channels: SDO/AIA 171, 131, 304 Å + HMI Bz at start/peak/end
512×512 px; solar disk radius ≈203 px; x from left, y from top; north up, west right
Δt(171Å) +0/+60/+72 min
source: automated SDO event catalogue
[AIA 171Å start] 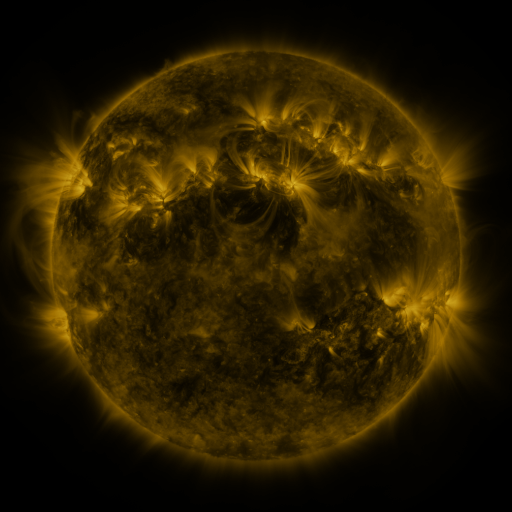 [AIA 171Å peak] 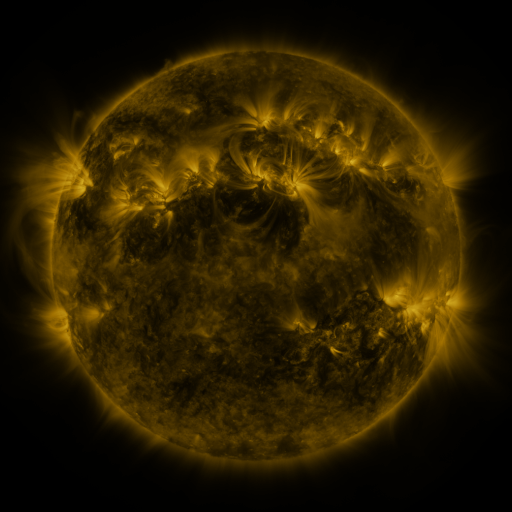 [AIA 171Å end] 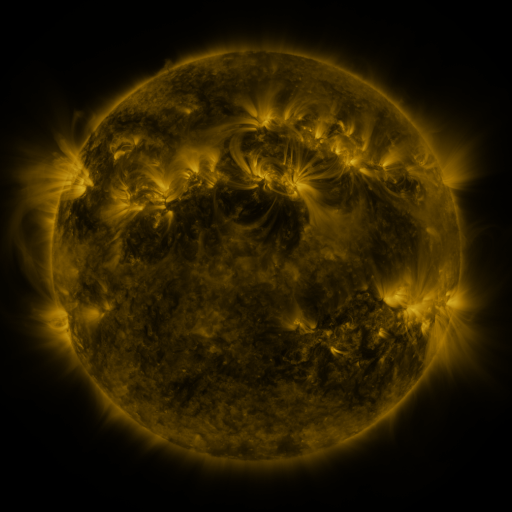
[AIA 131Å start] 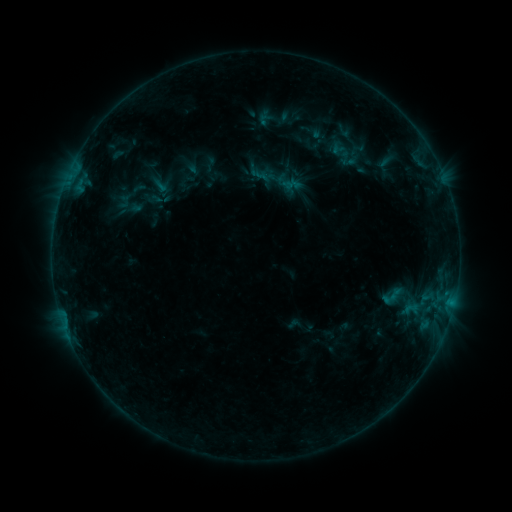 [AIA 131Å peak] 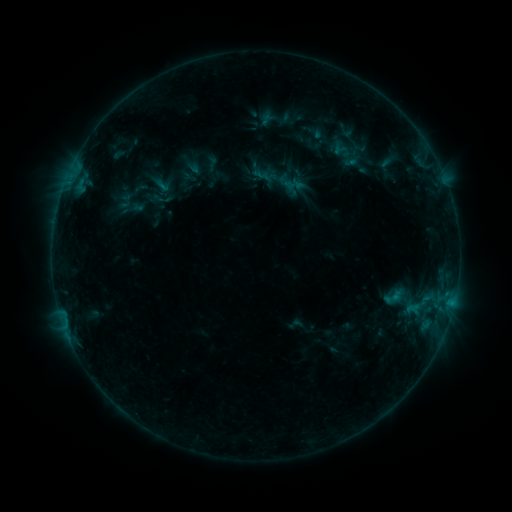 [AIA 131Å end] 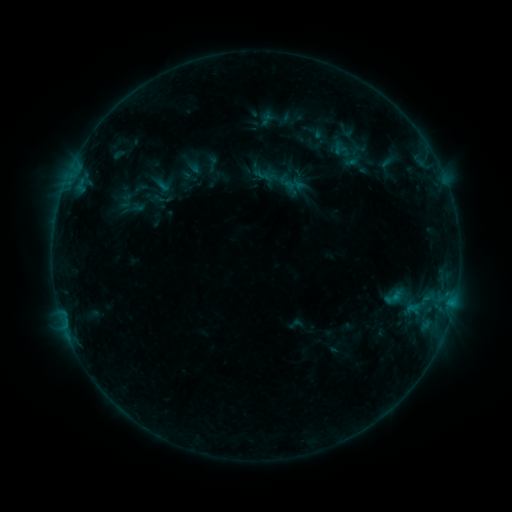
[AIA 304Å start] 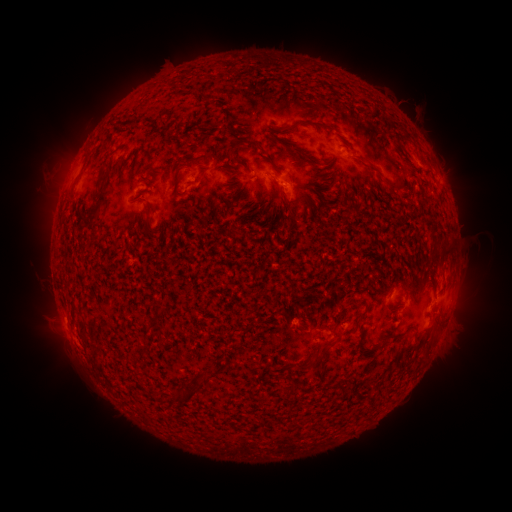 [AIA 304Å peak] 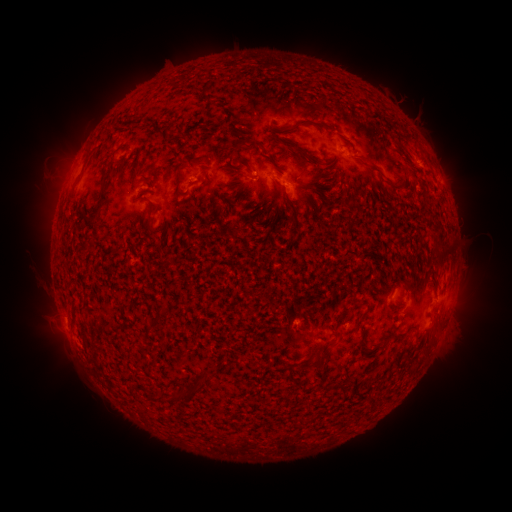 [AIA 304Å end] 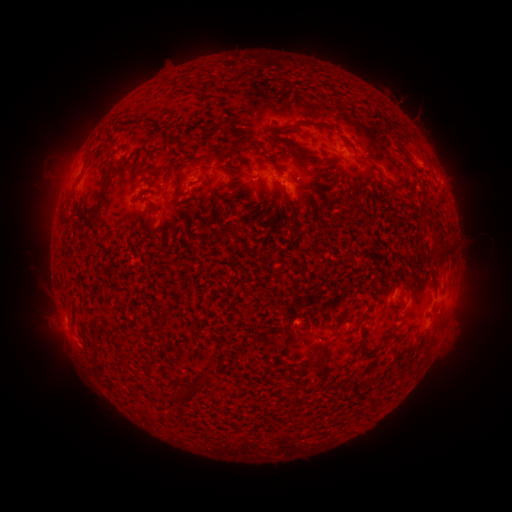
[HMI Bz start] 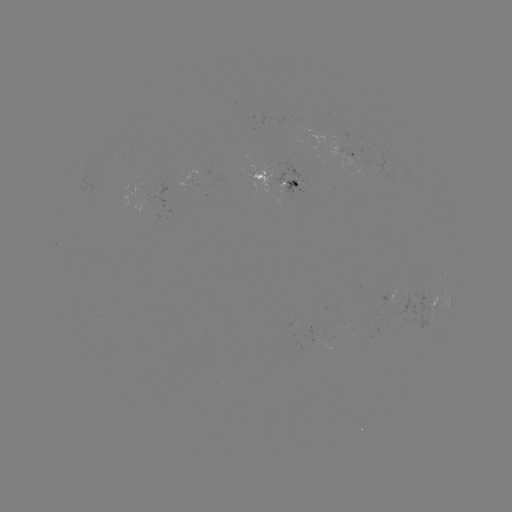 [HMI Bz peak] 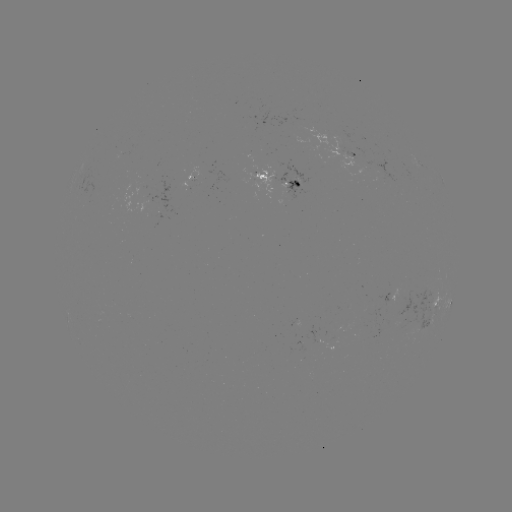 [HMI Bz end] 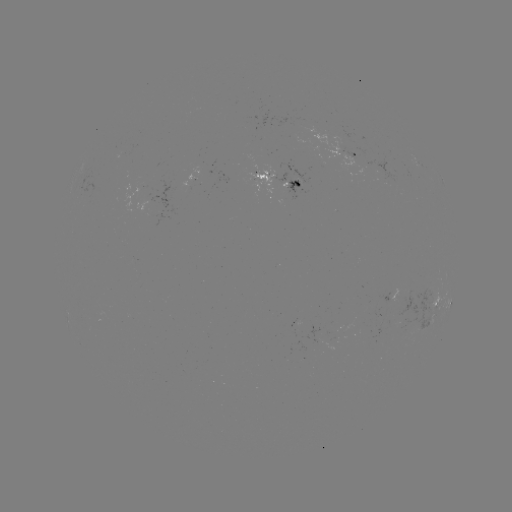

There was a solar emerging-flux region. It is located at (289, 183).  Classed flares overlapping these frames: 1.